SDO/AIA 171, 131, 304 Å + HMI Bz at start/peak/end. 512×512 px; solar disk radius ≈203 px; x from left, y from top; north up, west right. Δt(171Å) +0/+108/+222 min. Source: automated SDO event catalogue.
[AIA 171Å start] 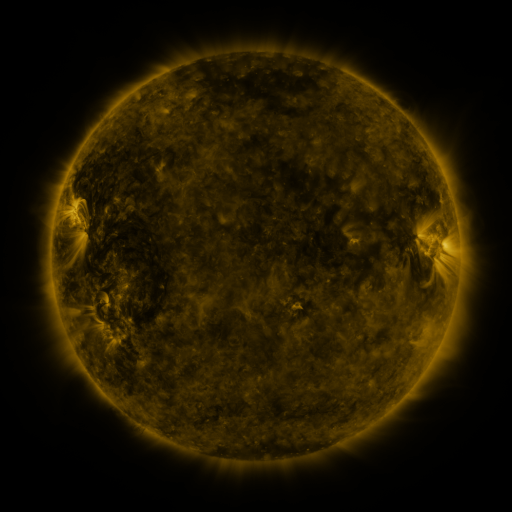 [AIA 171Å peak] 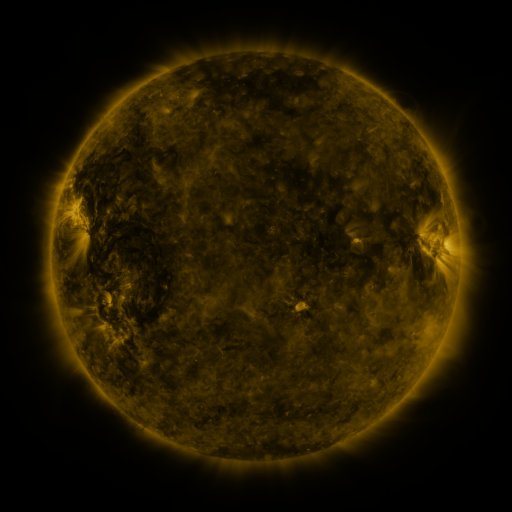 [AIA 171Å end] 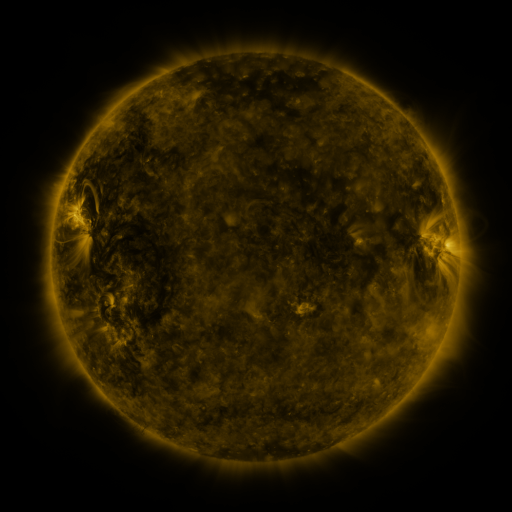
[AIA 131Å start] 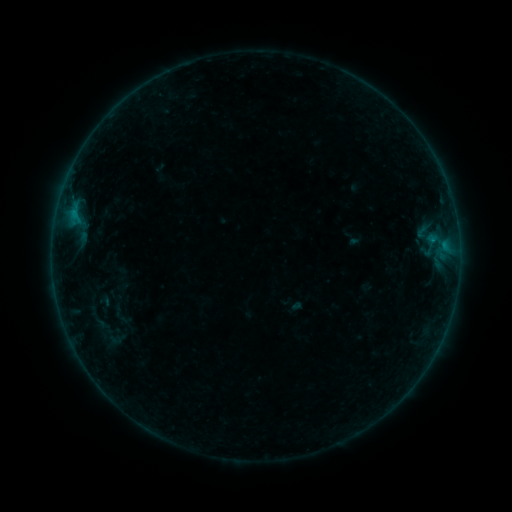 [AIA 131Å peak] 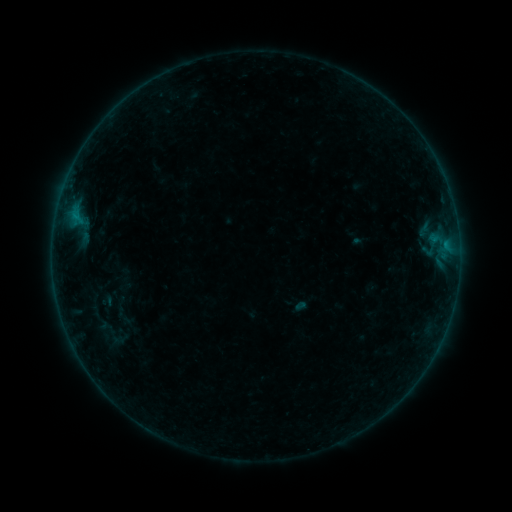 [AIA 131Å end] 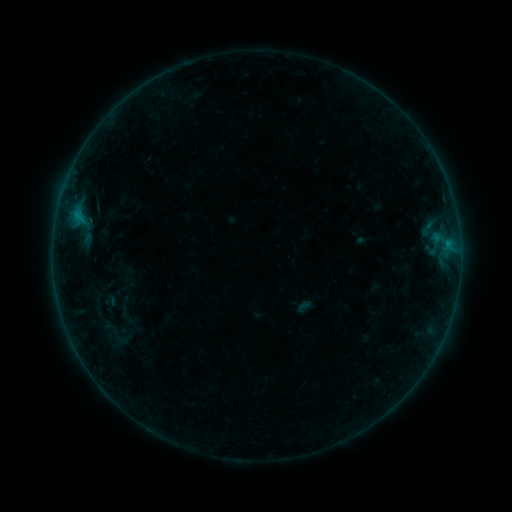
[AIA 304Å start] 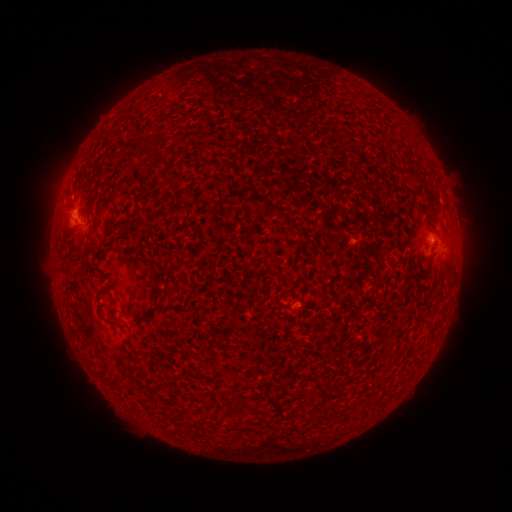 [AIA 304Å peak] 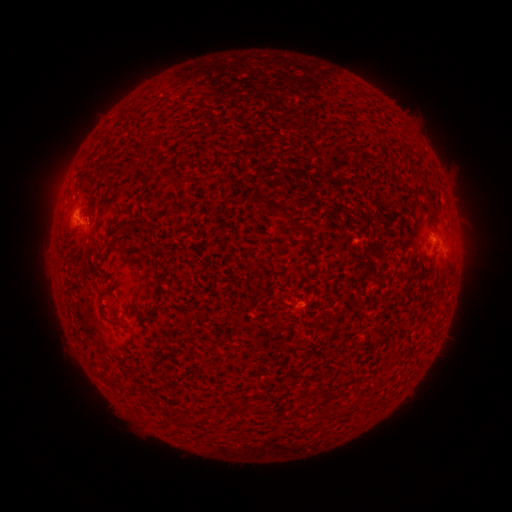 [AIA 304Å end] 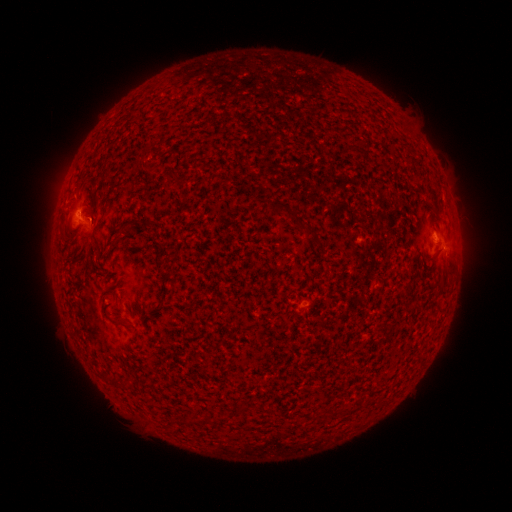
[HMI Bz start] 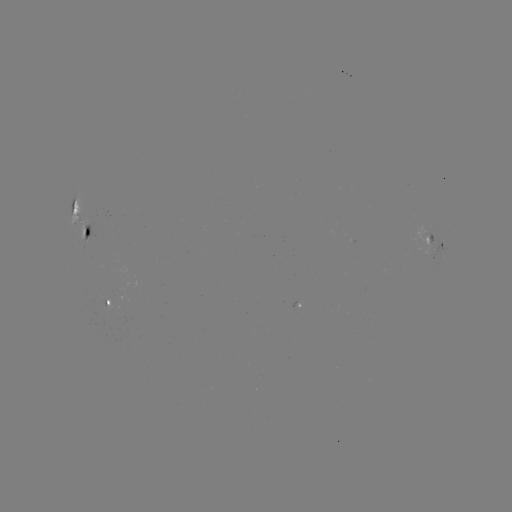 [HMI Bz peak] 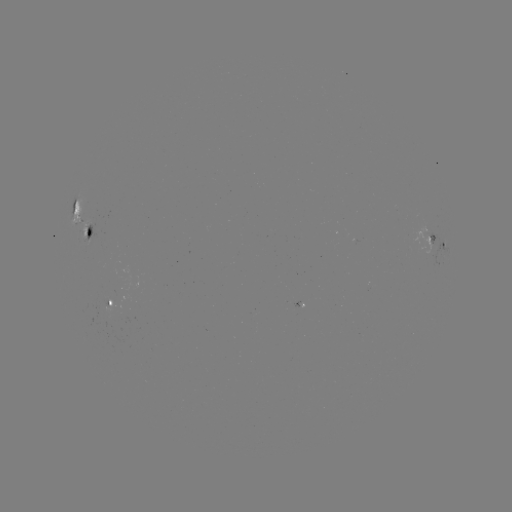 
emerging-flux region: [101, 296, 110, 308]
